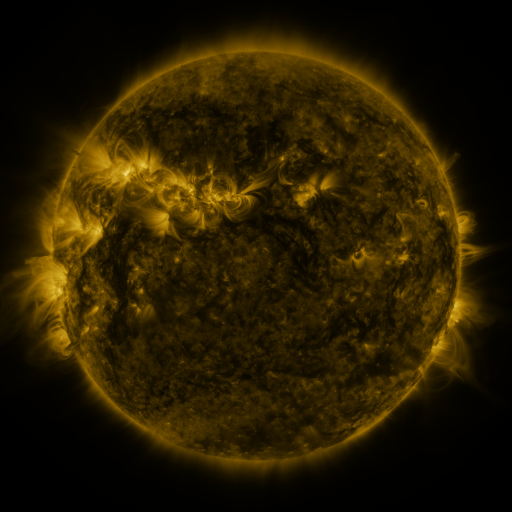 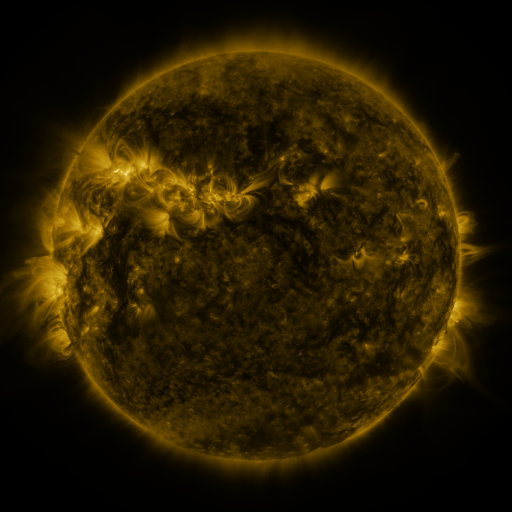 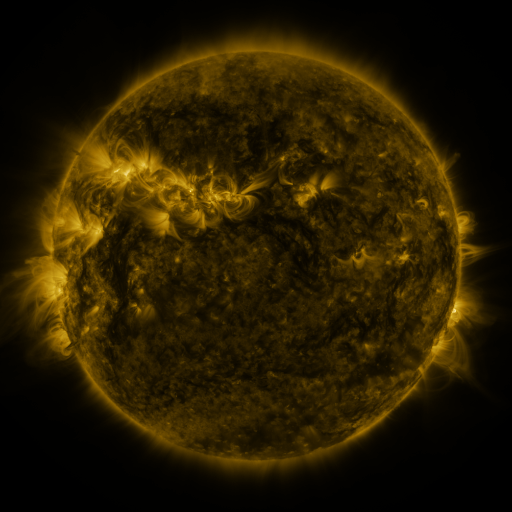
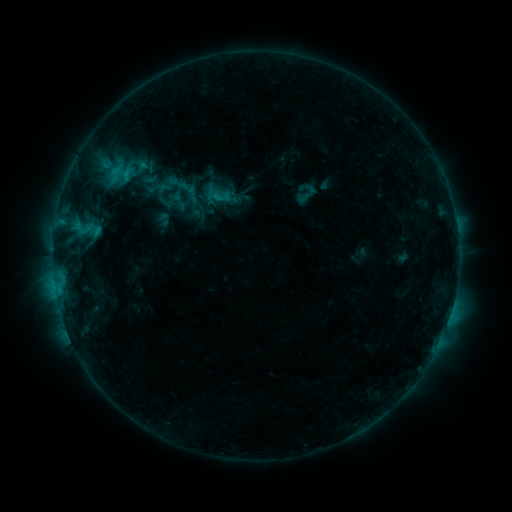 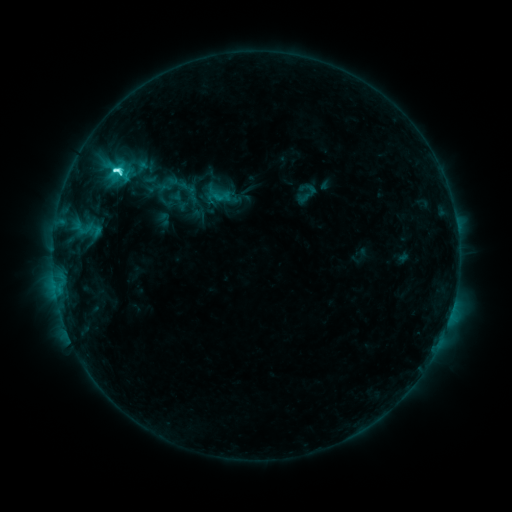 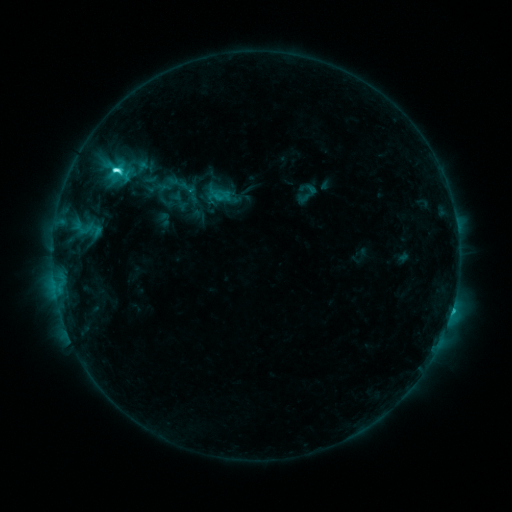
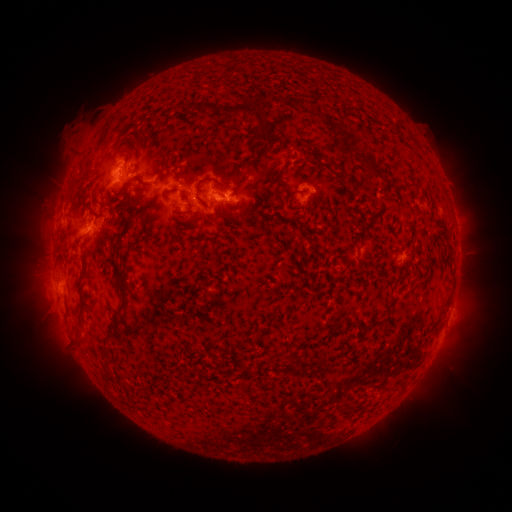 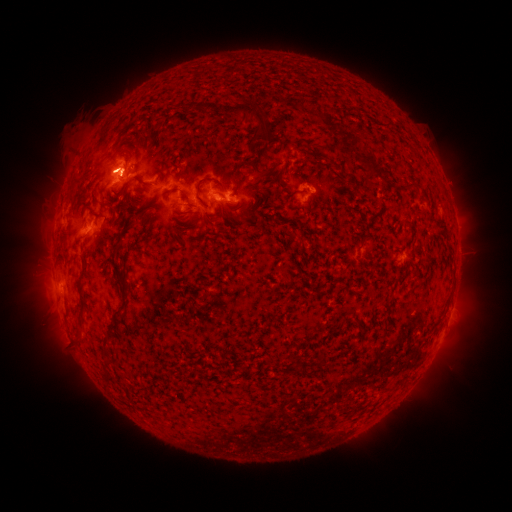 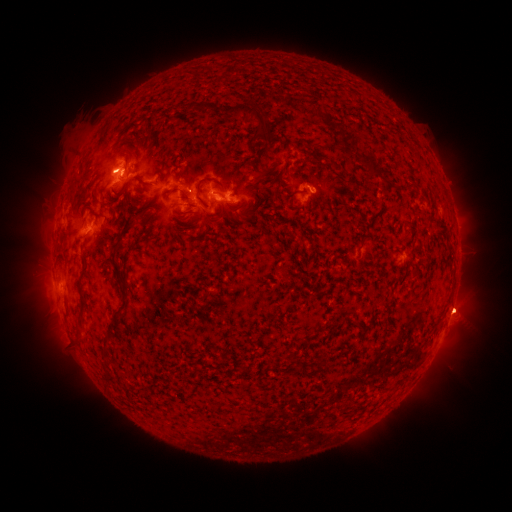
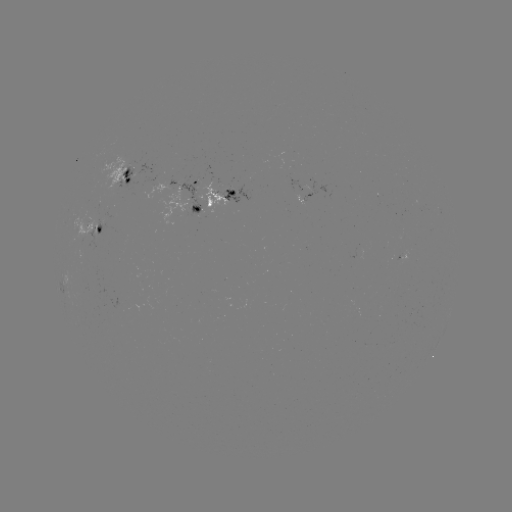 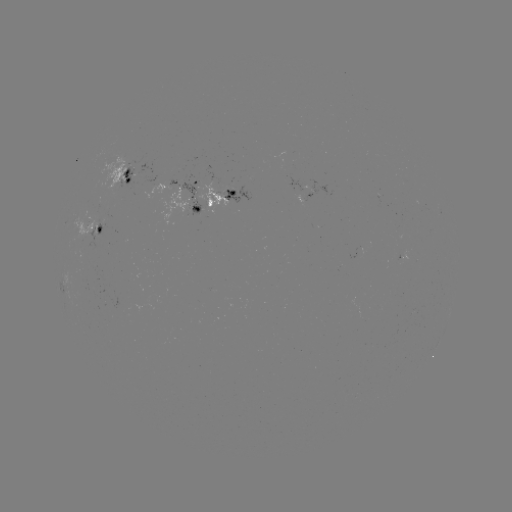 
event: flare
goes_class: C5.7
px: (116, 170)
